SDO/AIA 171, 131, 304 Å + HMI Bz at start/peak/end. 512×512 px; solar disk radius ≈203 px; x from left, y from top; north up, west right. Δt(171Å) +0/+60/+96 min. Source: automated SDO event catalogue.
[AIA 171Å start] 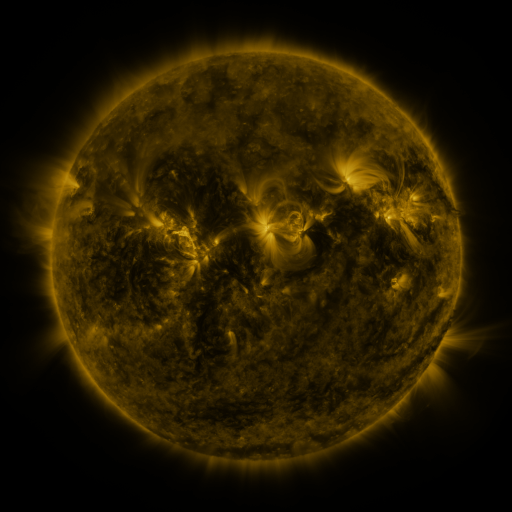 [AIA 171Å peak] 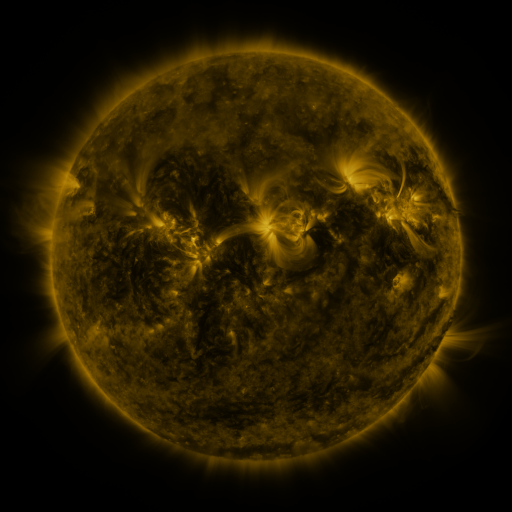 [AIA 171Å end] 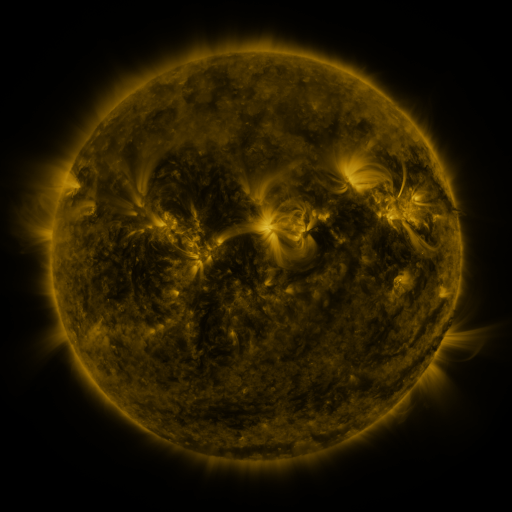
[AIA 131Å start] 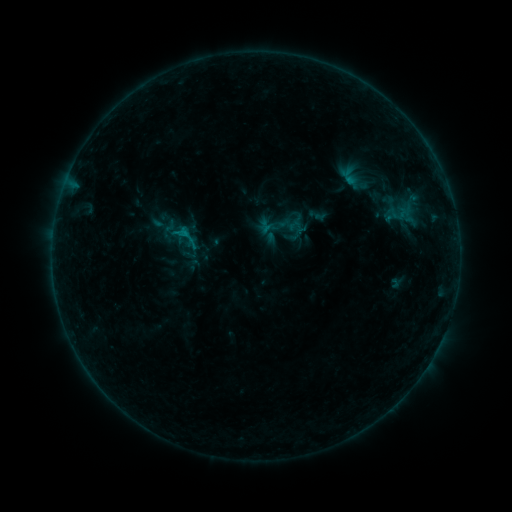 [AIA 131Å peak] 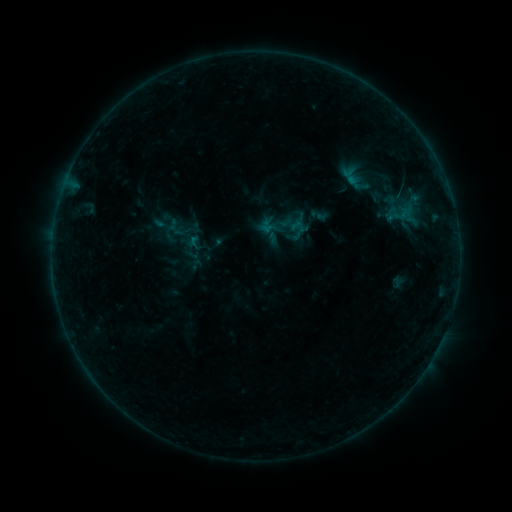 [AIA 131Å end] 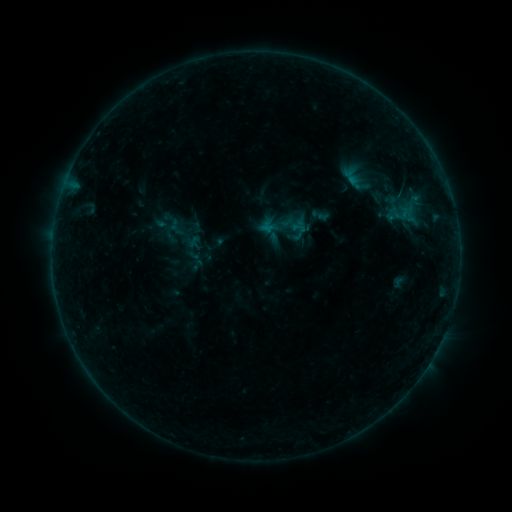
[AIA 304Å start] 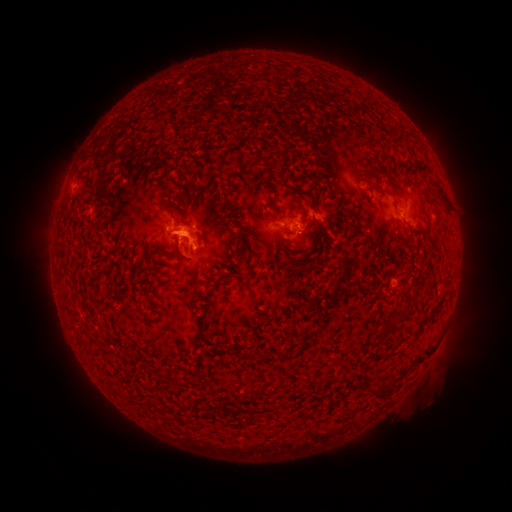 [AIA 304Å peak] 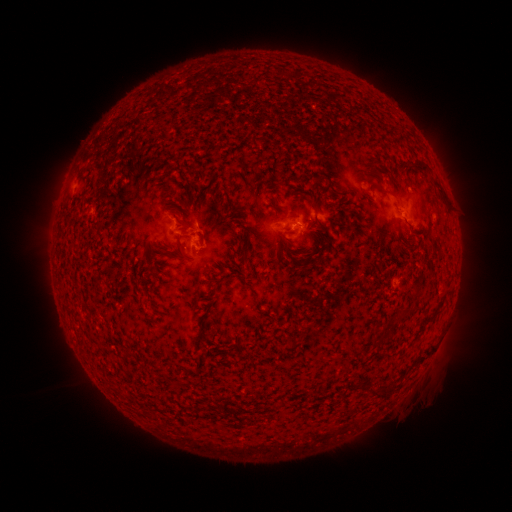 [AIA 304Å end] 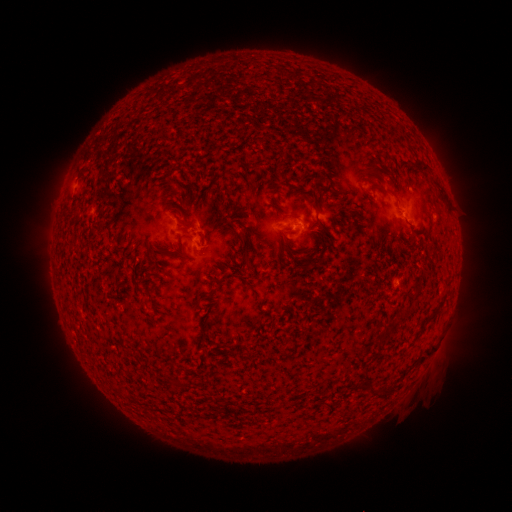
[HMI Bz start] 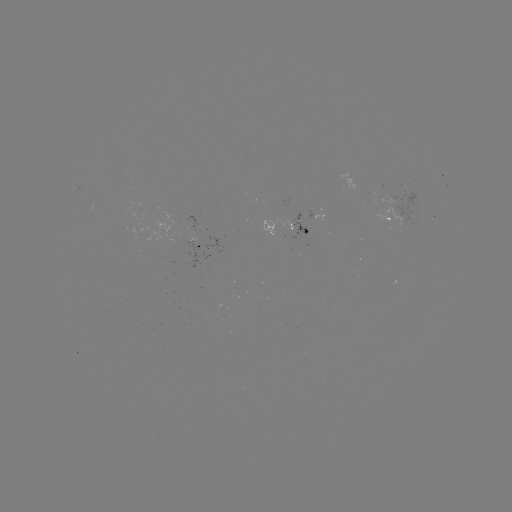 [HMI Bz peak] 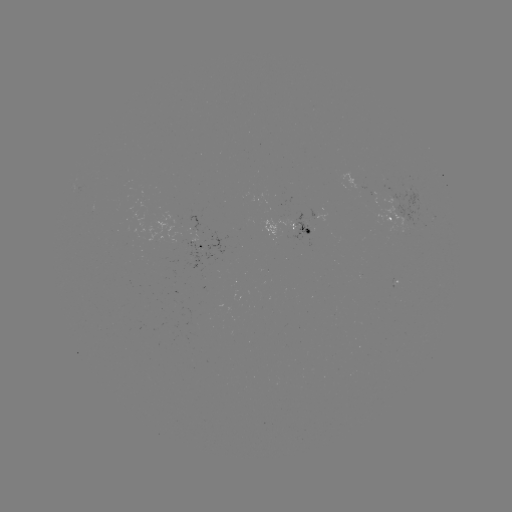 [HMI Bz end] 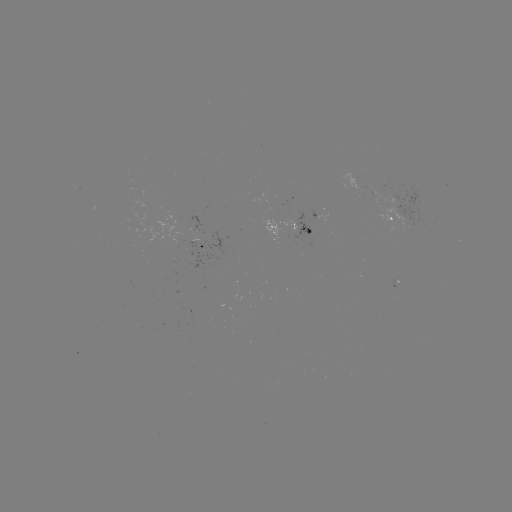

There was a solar emerging-flux region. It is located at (395, 281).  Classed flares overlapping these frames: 1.